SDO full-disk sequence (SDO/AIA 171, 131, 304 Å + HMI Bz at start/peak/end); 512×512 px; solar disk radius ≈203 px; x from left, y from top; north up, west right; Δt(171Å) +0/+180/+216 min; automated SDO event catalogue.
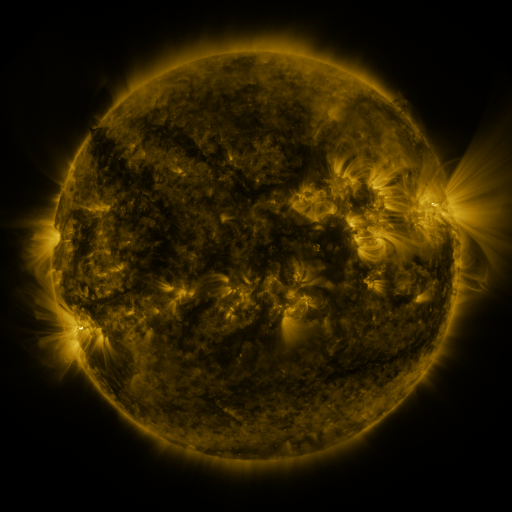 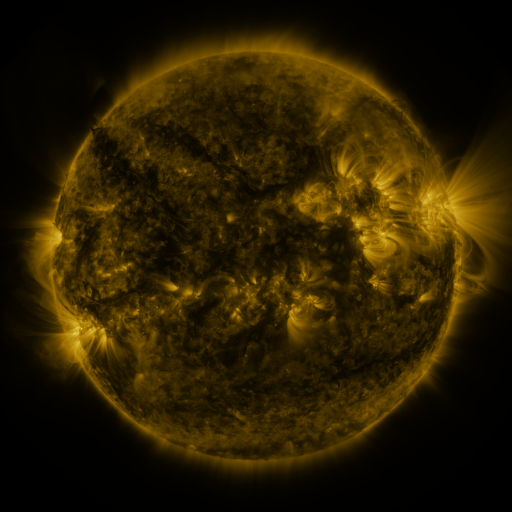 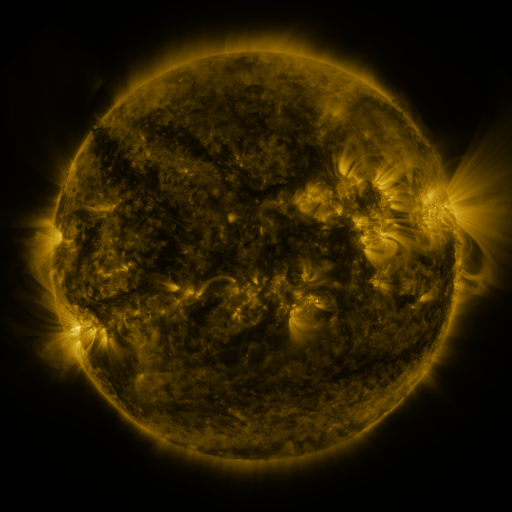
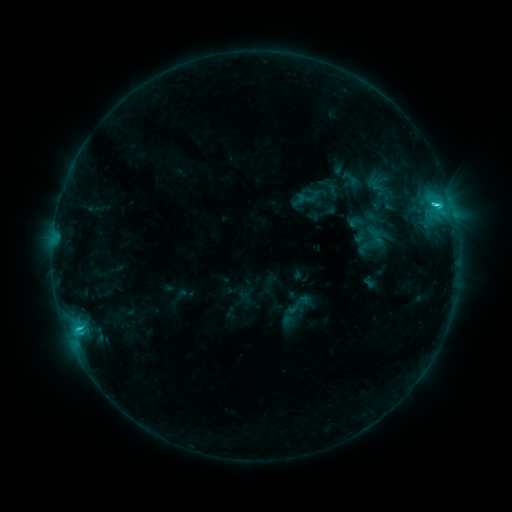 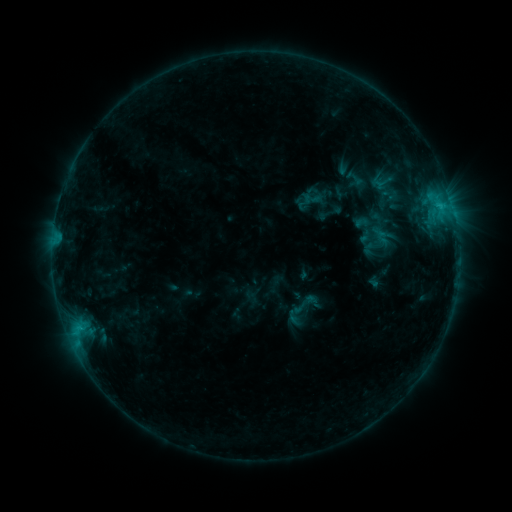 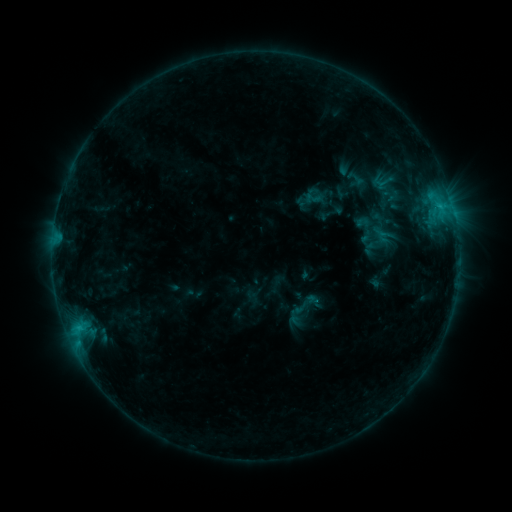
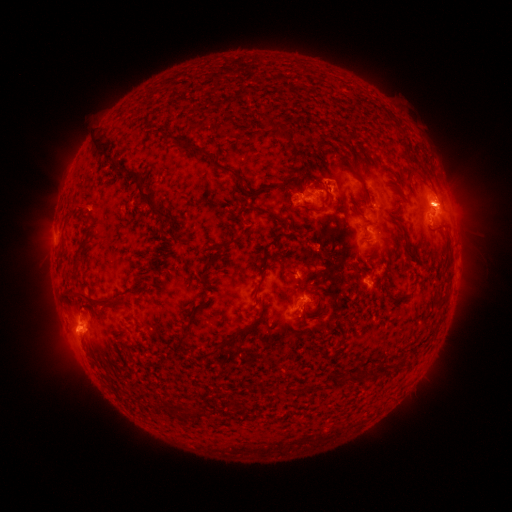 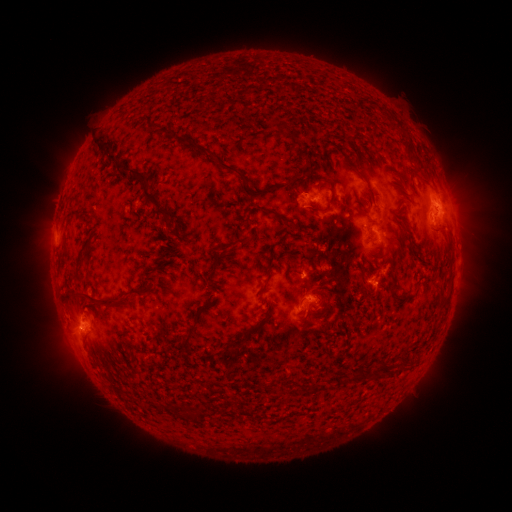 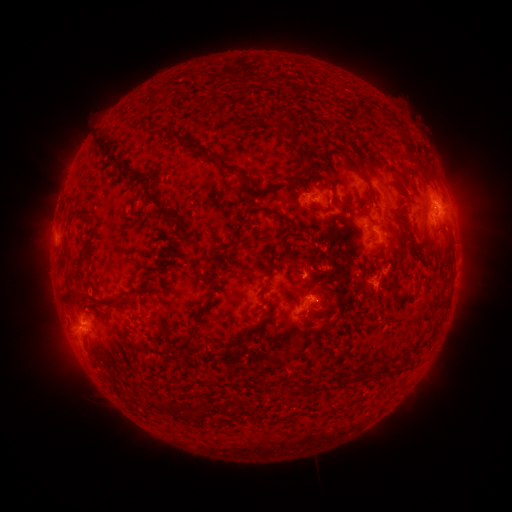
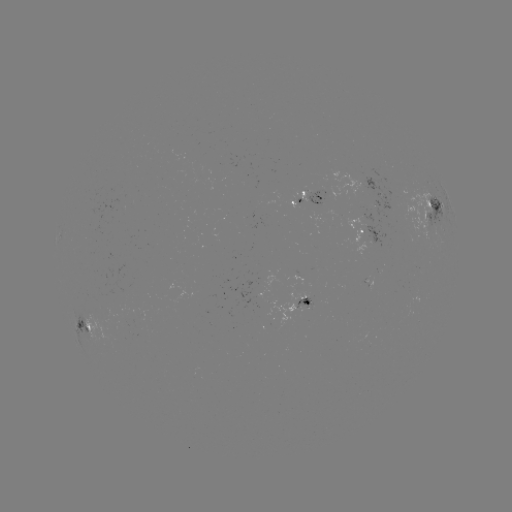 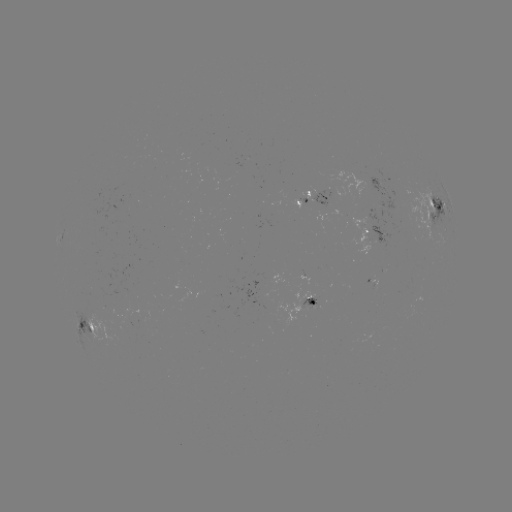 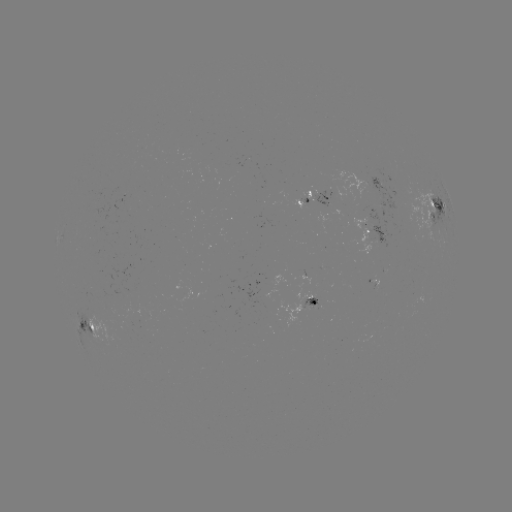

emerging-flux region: <bbox>346, 217, 373, 259</bbox>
